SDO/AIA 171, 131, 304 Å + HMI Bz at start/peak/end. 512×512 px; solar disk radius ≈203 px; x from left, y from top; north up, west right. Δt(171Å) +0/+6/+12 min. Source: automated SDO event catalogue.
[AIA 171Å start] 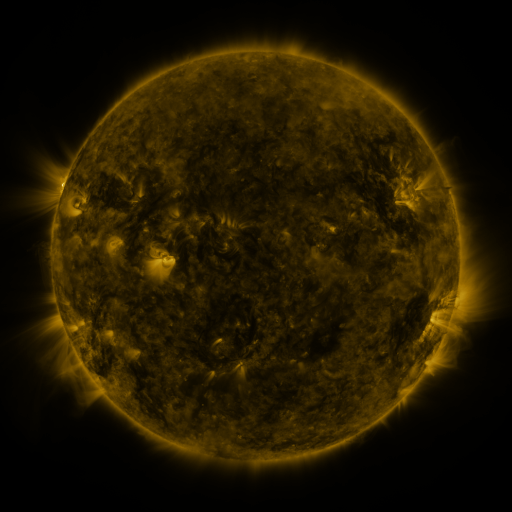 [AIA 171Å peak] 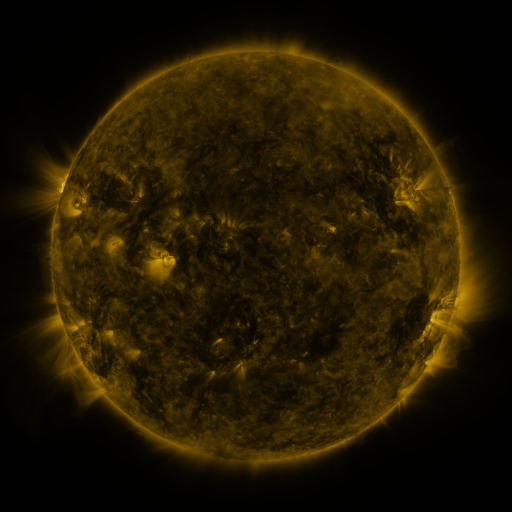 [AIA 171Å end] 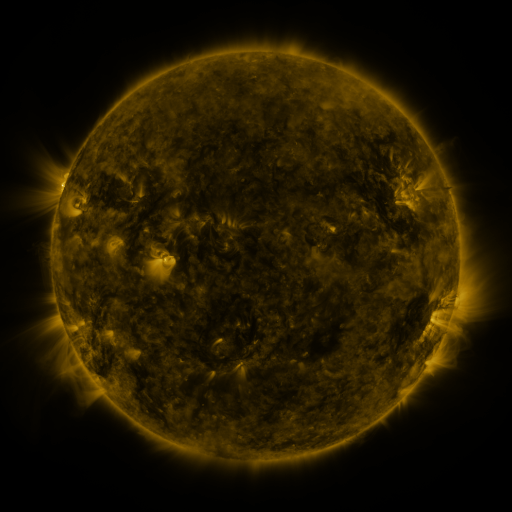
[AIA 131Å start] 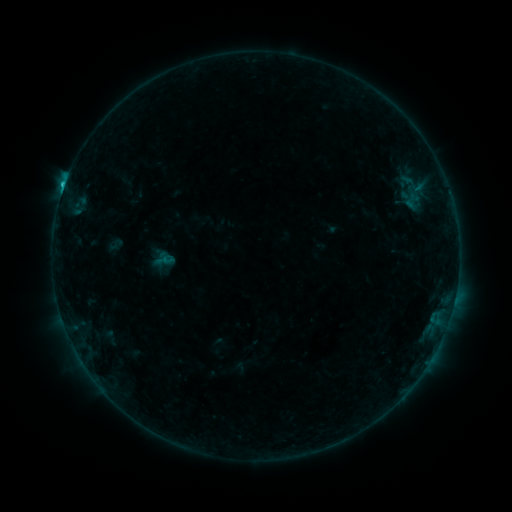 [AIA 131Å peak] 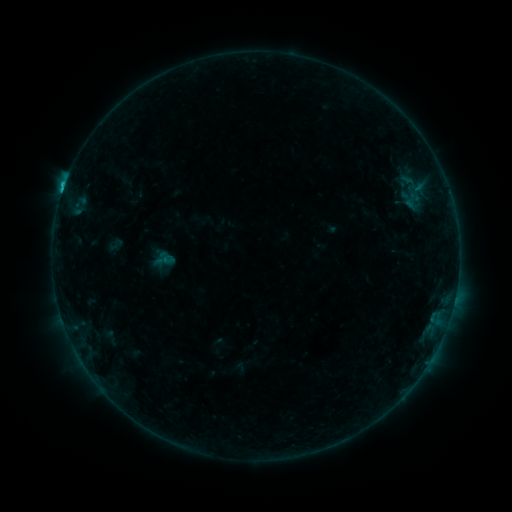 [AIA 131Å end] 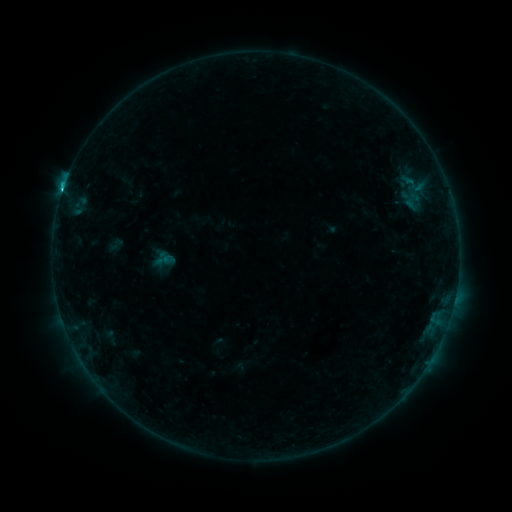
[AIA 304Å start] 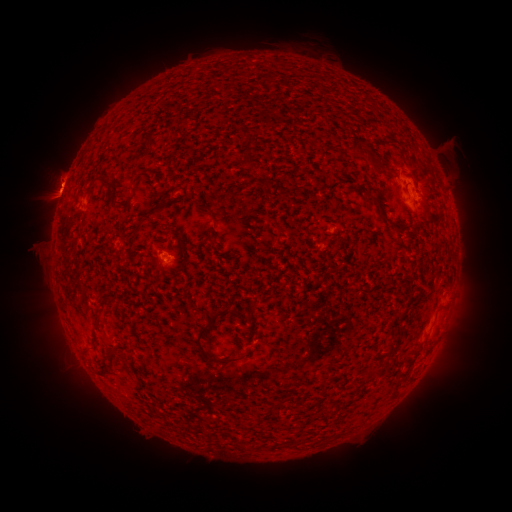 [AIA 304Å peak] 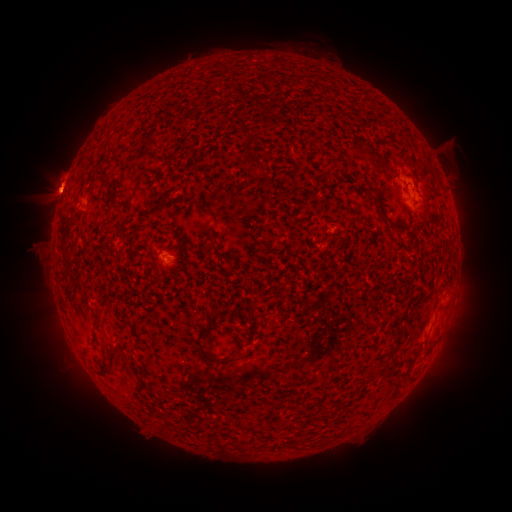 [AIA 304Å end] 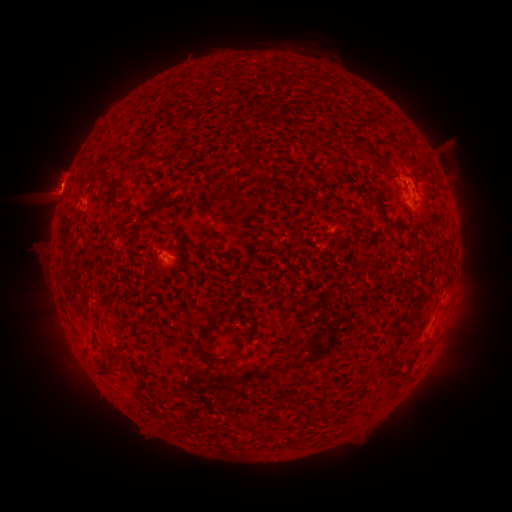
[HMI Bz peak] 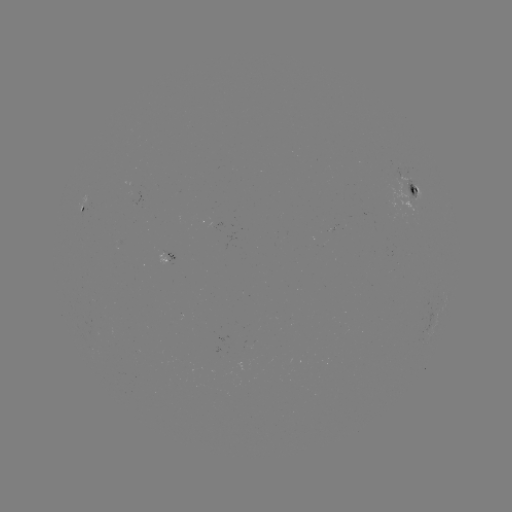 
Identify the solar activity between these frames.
eruption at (51, 196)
